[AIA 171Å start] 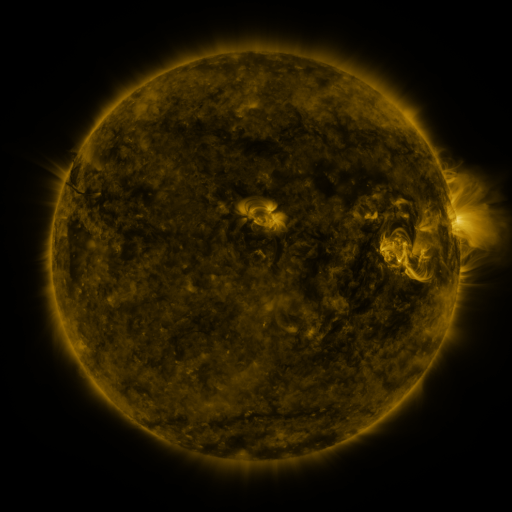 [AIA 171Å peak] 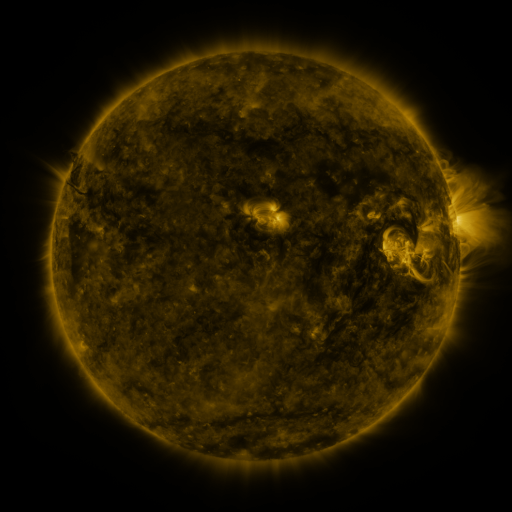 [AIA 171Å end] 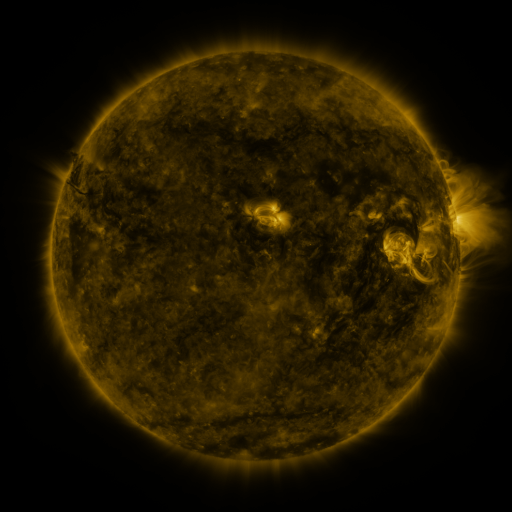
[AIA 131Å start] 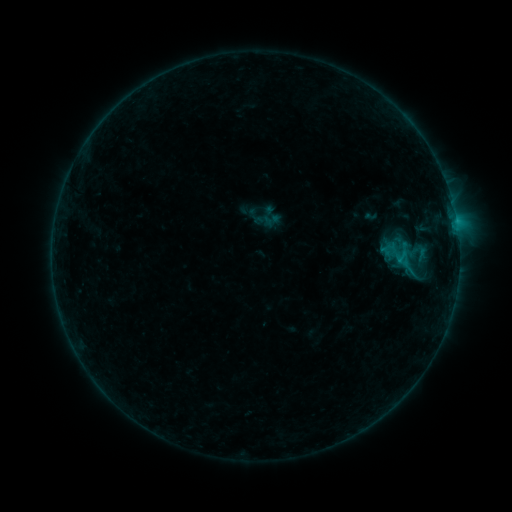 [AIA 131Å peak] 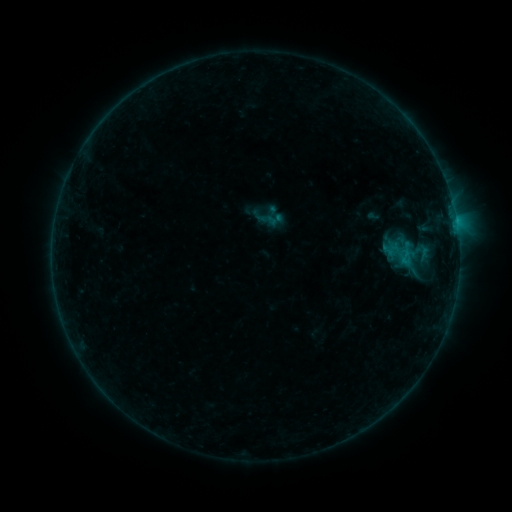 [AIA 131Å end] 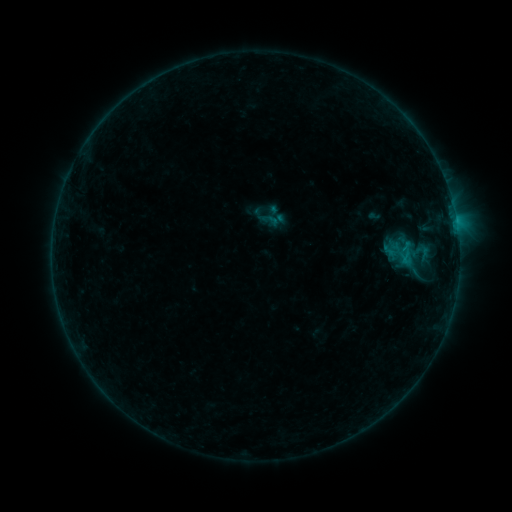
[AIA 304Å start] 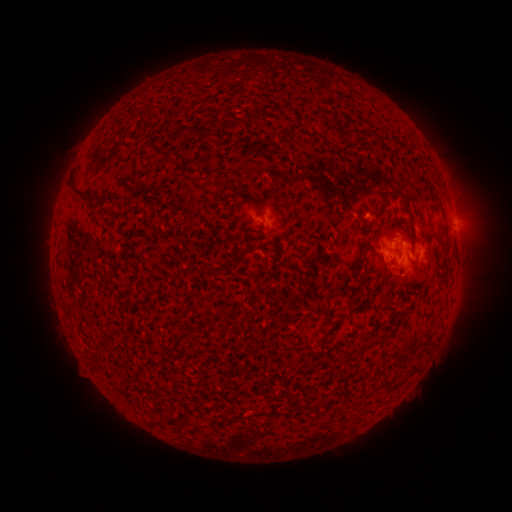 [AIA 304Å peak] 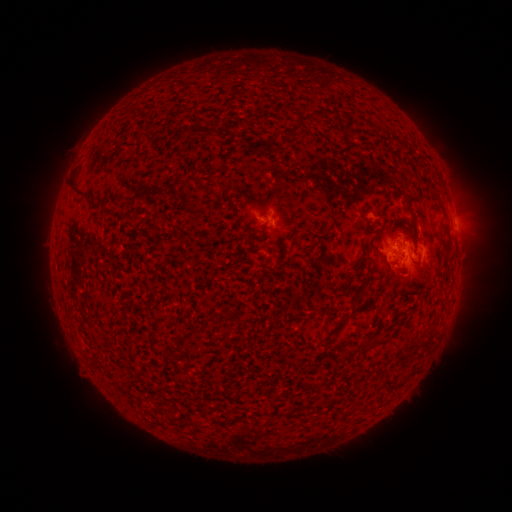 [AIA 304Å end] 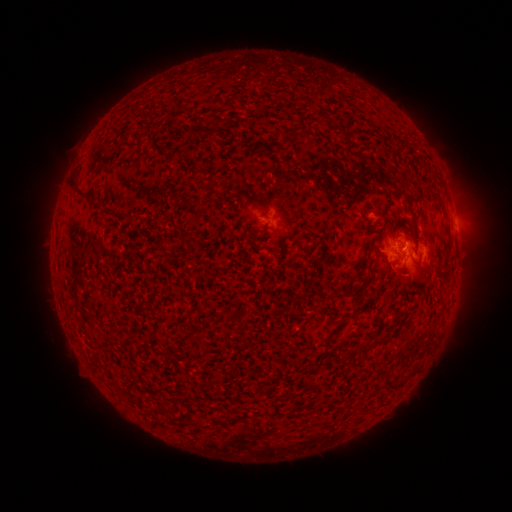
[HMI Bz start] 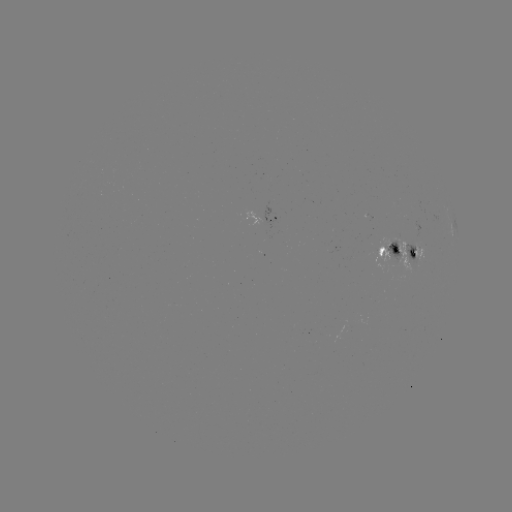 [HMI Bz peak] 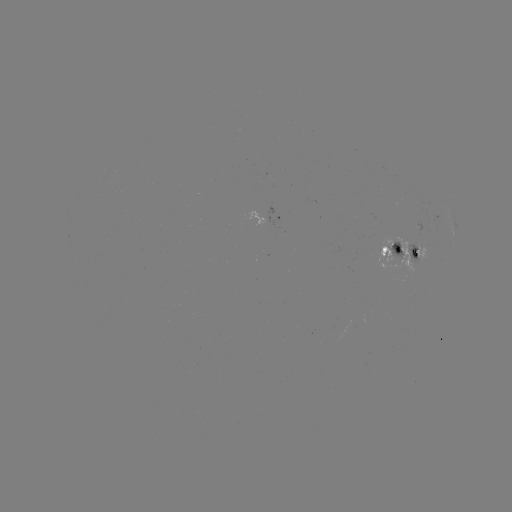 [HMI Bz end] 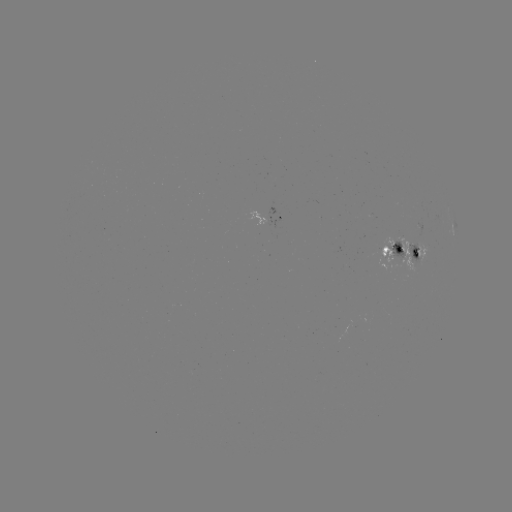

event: emerging-flux region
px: (397, 243)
